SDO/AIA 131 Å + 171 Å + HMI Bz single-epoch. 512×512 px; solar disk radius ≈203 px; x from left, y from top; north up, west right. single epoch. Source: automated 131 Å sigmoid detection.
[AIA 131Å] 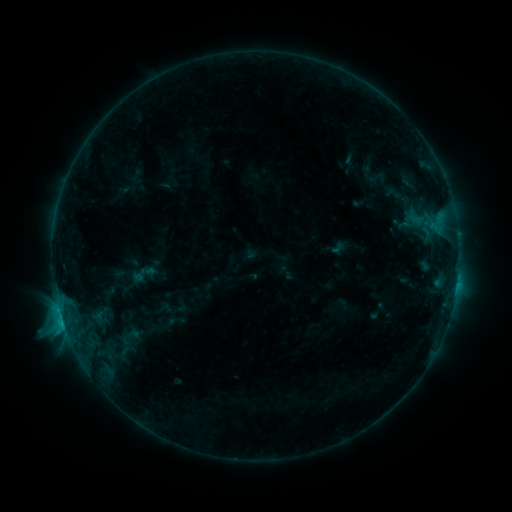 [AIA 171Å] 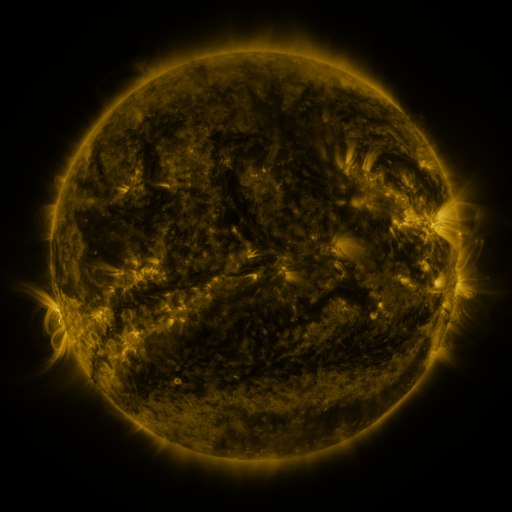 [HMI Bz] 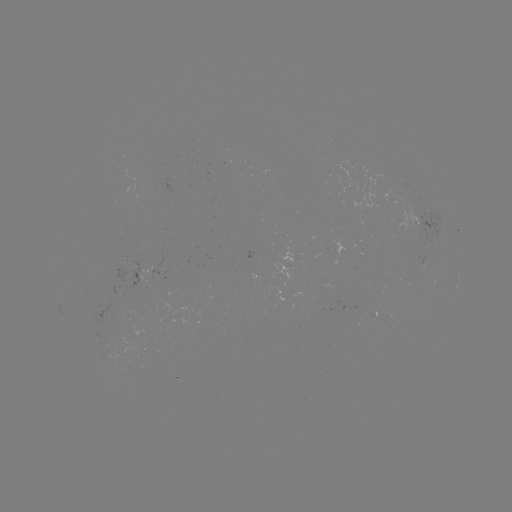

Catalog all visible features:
sigmoid: (143, 274)
